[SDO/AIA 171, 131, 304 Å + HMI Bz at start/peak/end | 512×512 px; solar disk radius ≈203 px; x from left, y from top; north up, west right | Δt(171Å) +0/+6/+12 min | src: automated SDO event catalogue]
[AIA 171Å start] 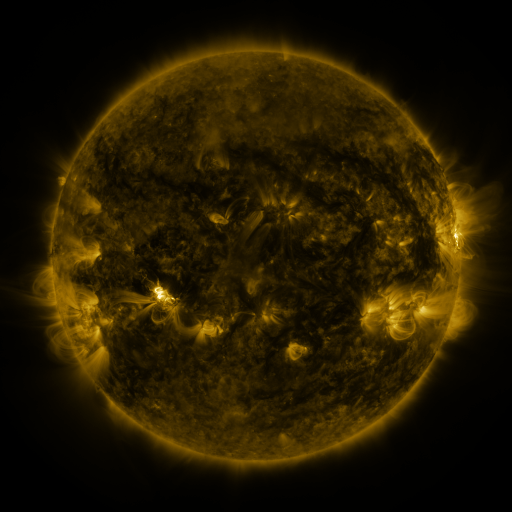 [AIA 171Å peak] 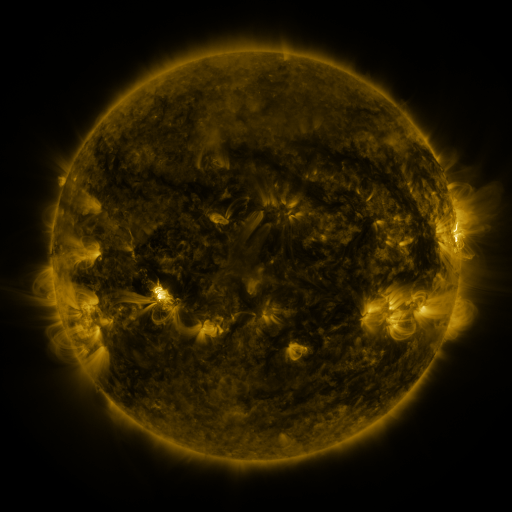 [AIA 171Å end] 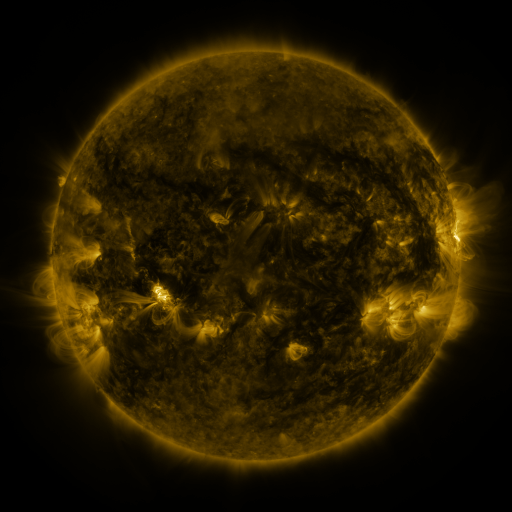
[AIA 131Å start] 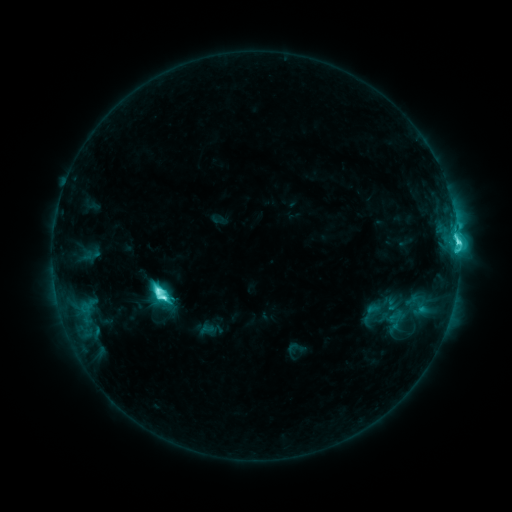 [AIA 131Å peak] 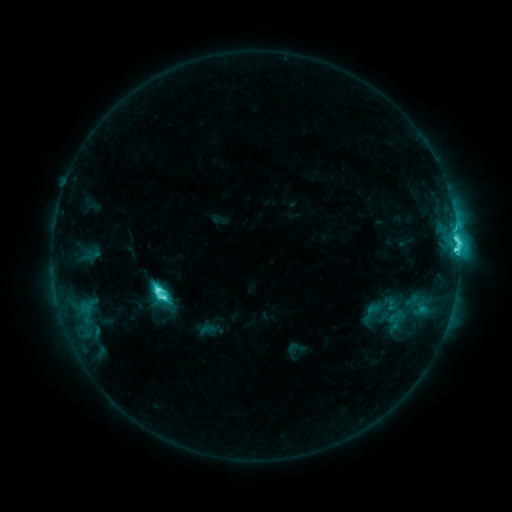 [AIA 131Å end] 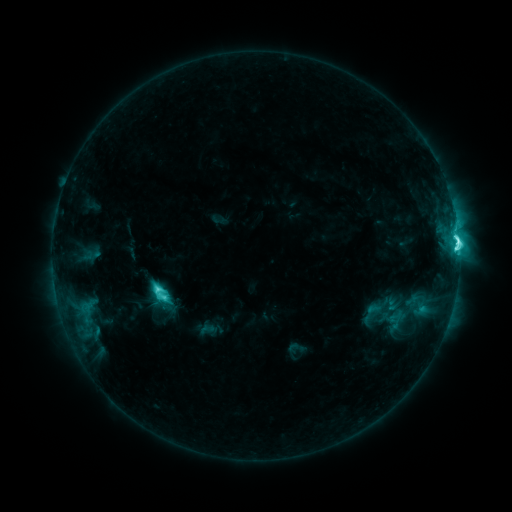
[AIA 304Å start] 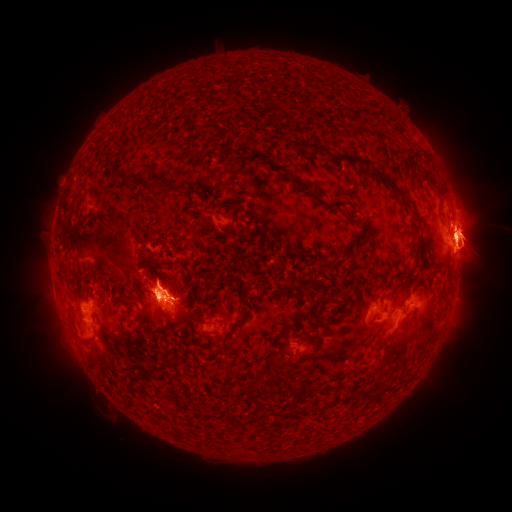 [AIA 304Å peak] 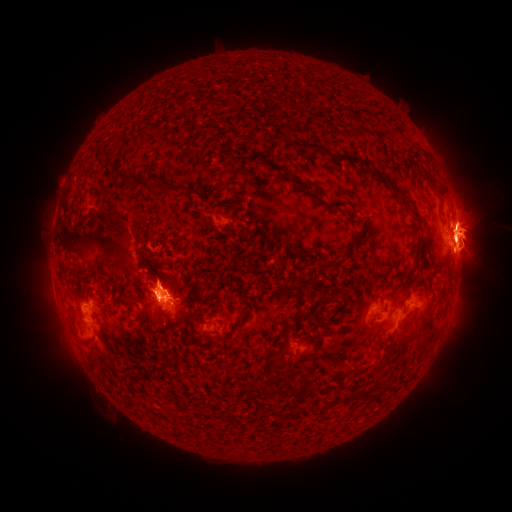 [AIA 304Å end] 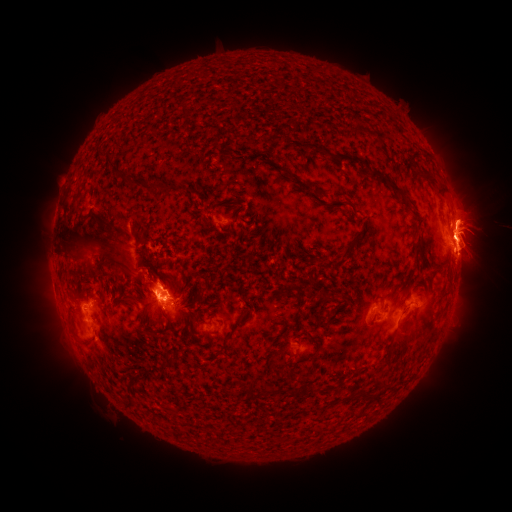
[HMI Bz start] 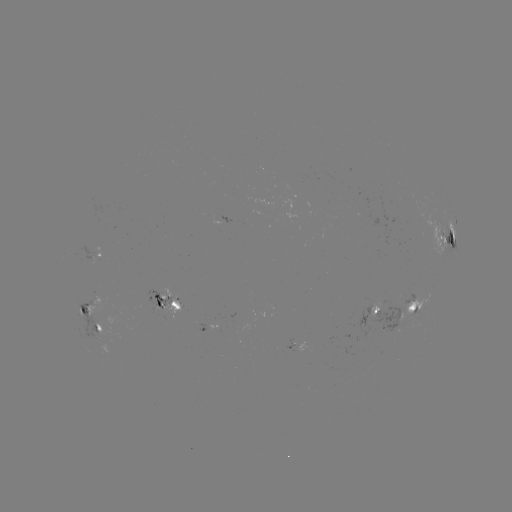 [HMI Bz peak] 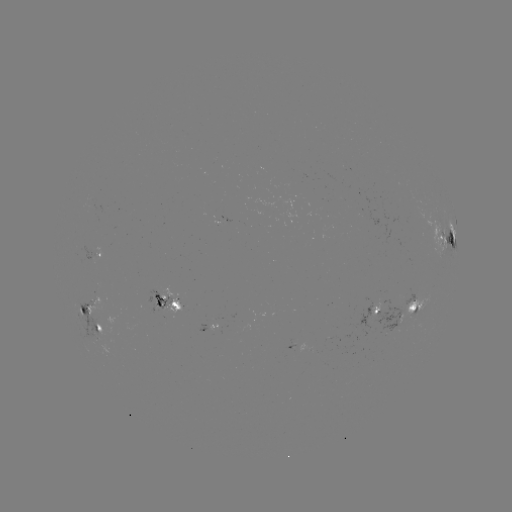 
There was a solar eruption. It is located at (455, 332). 